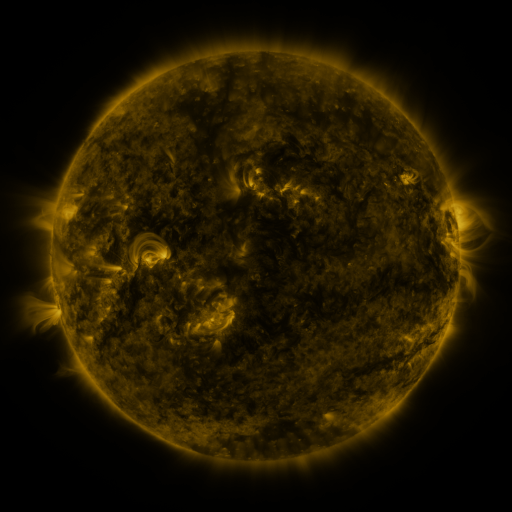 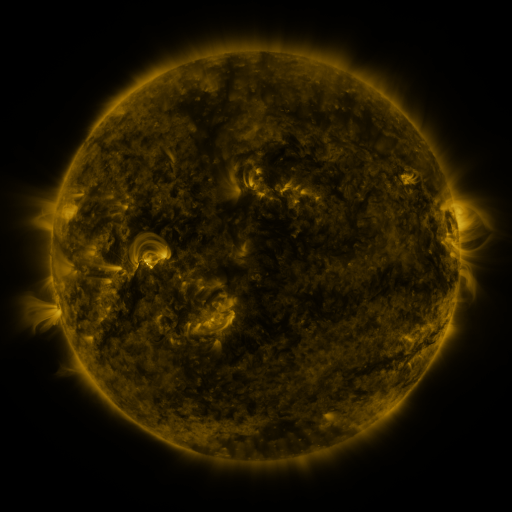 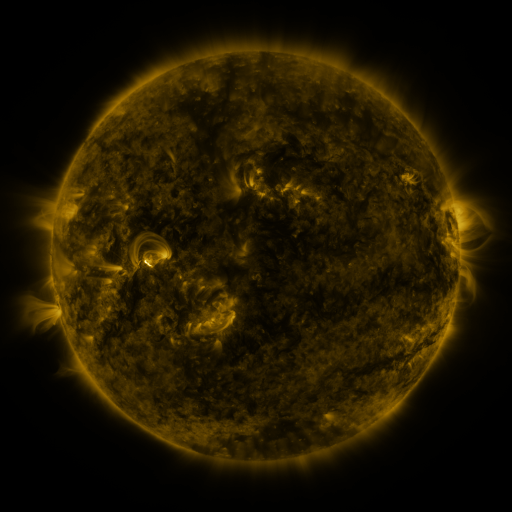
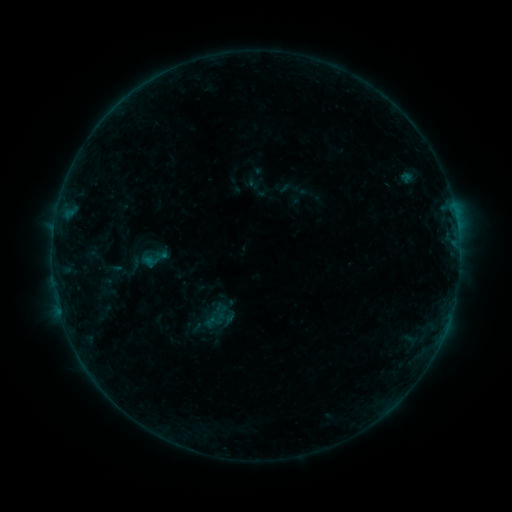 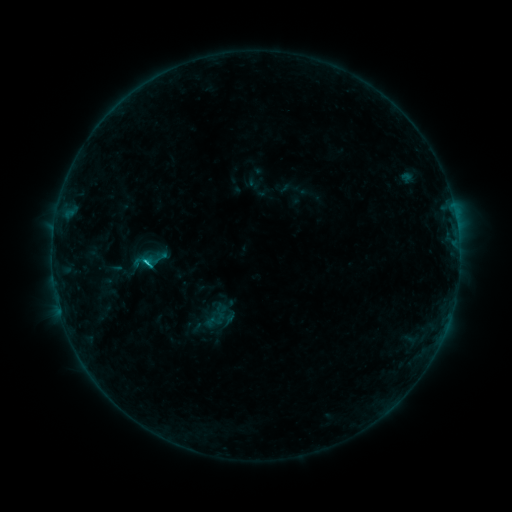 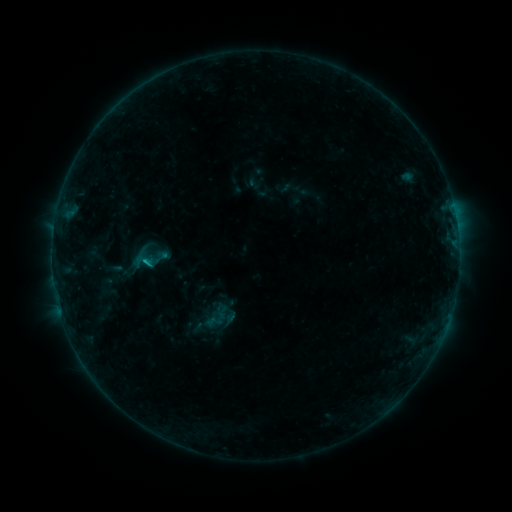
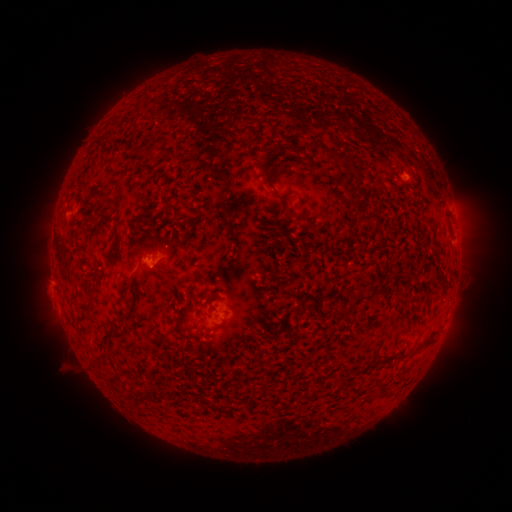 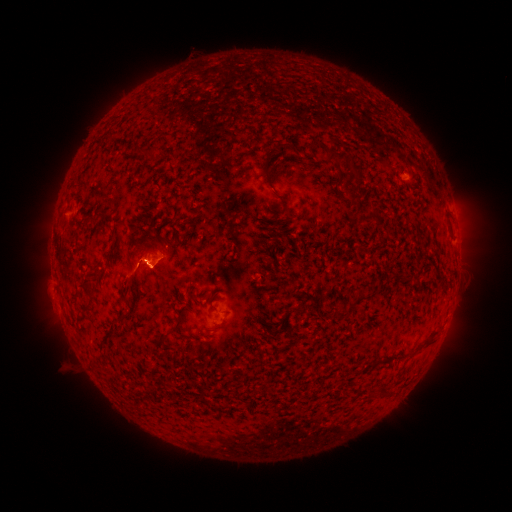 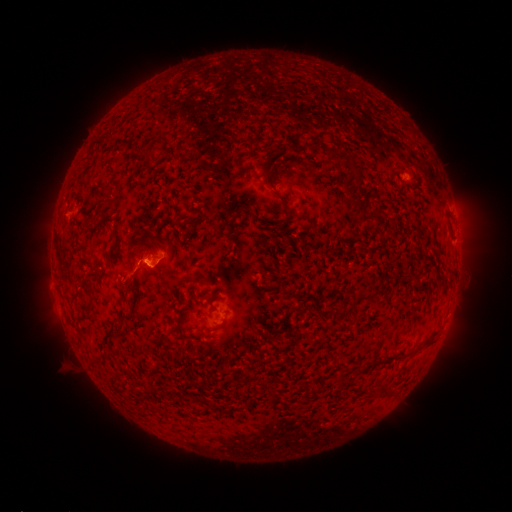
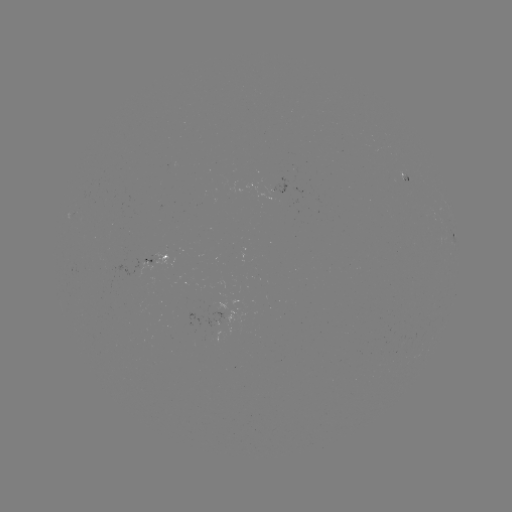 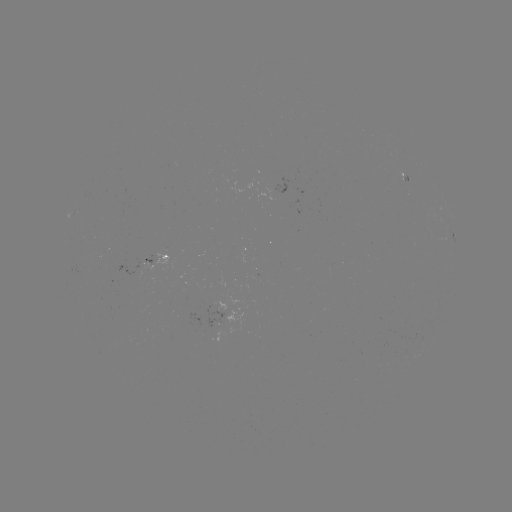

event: flare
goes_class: C1.0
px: (148, 259)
